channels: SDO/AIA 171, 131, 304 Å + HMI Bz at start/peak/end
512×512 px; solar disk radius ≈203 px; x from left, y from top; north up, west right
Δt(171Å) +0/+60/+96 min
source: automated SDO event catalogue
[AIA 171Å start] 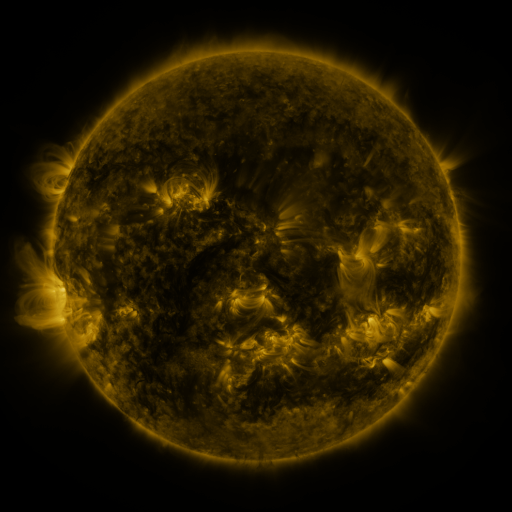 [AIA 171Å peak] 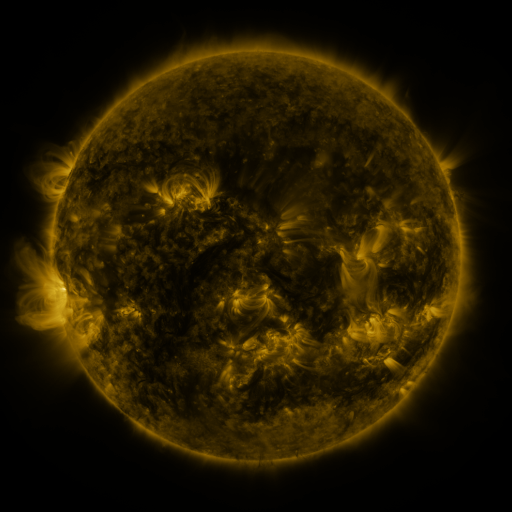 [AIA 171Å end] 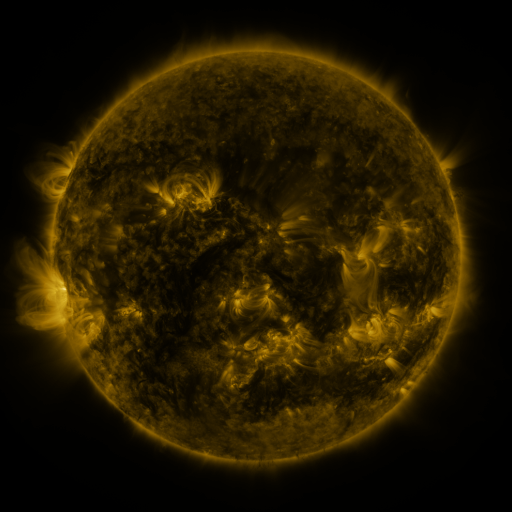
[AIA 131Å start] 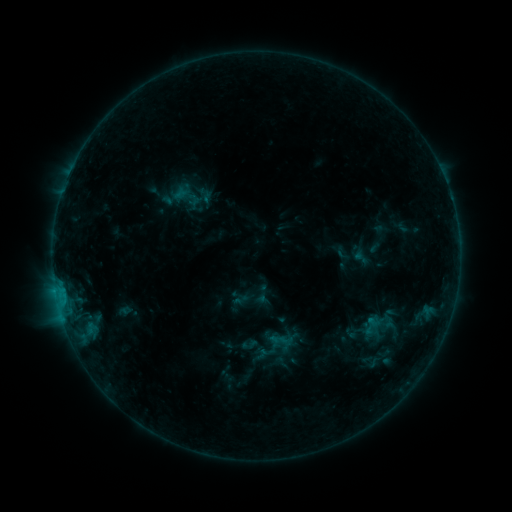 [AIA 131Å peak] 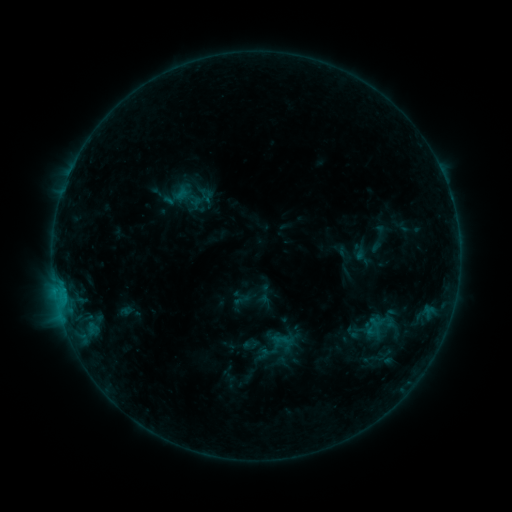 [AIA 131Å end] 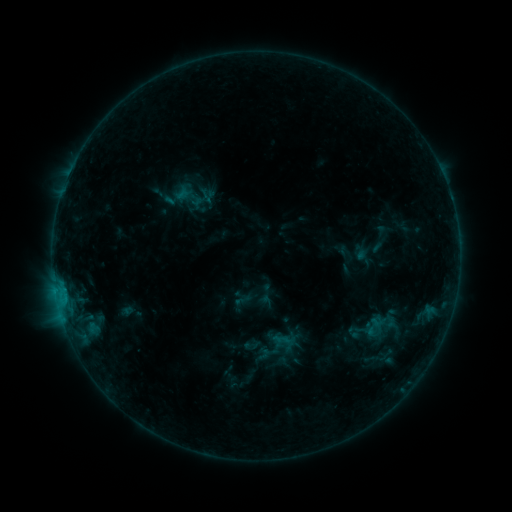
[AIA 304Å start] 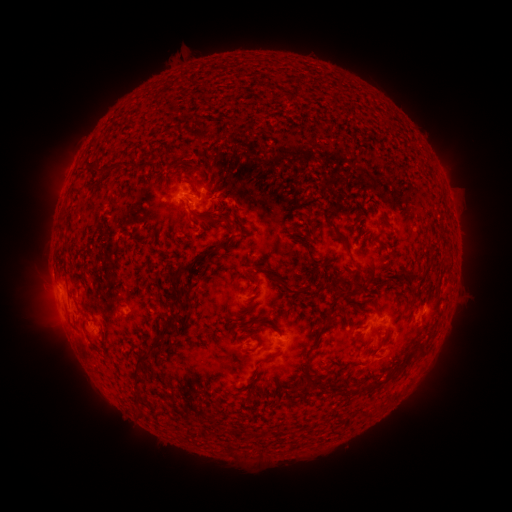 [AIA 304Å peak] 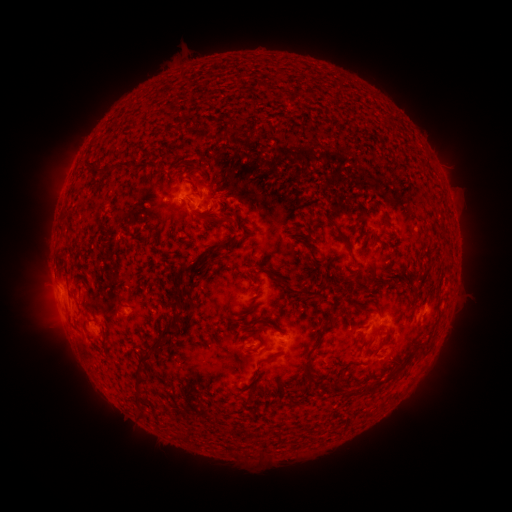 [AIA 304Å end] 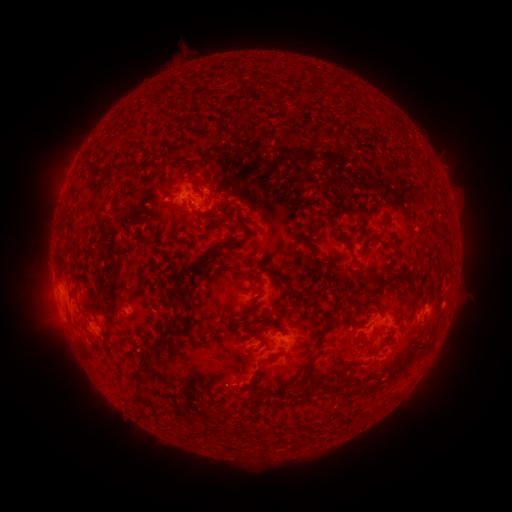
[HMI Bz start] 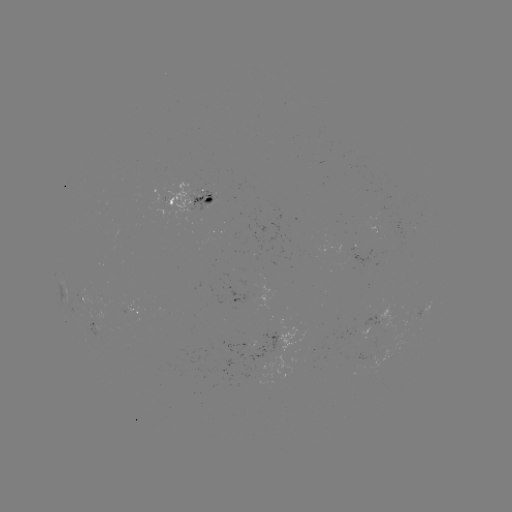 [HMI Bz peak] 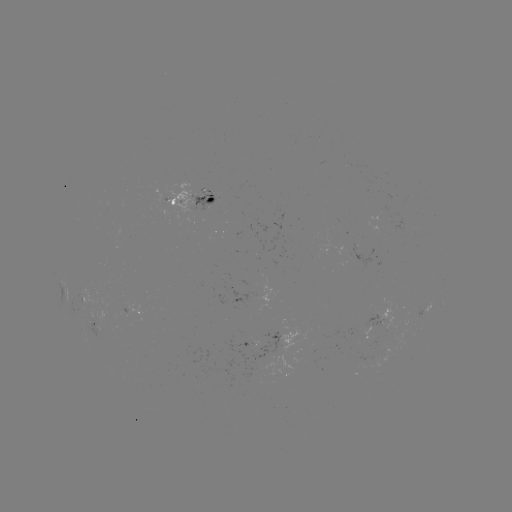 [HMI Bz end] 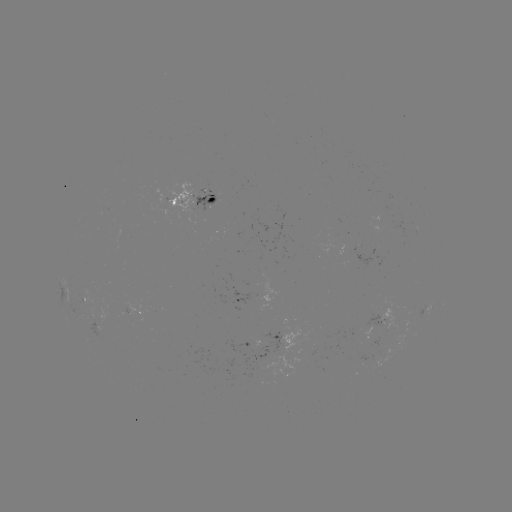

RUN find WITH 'emerging-flux region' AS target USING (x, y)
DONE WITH (418, 311) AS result